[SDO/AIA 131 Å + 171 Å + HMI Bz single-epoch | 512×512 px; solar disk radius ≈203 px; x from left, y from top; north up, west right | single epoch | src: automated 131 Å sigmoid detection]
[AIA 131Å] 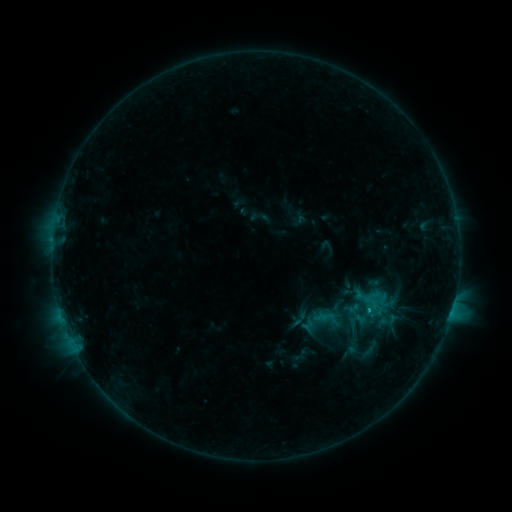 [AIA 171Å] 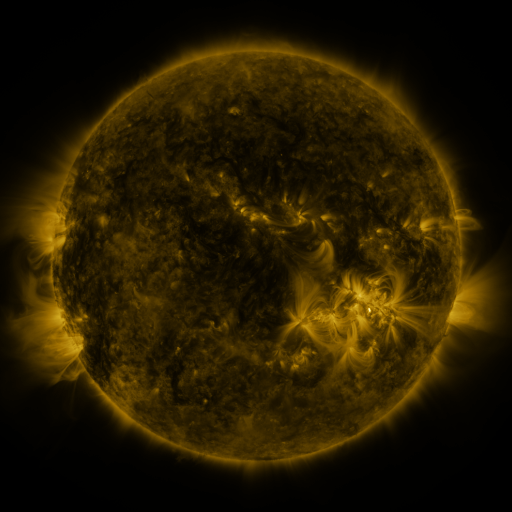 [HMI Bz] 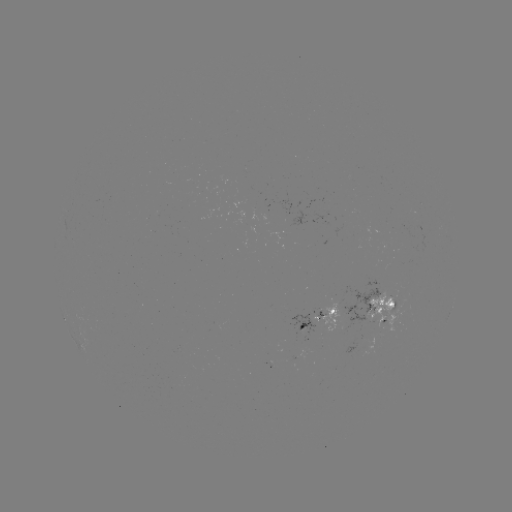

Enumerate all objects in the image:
sigmoid: (355, 314)
